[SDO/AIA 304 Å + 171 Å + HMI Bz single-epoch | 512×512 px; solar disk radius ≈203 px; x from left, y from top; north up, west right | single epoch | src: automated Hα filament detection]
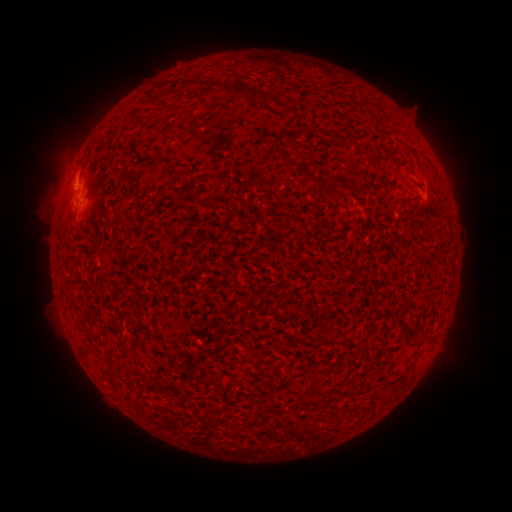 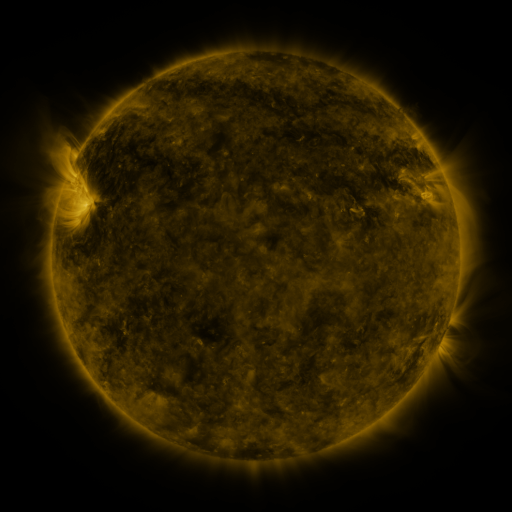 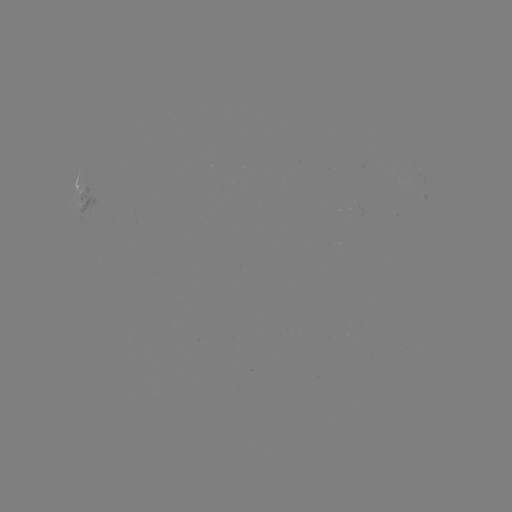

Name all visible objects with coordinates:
filament: (188, 87)
filament: (236, 88)
filament: (268, 100)
filament: (371, 157)
filament: (154, 159)
filament: (287, 159)
filament: (310, 176)
